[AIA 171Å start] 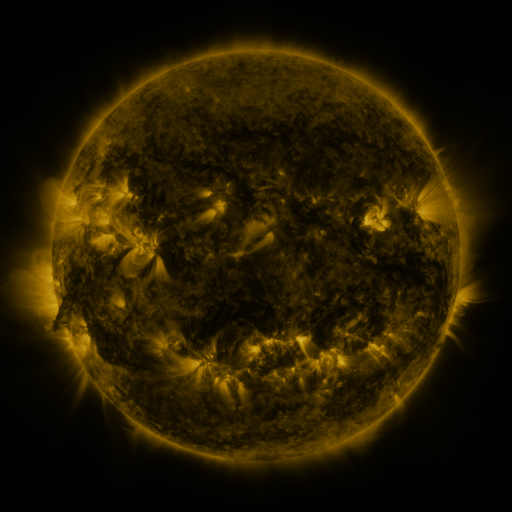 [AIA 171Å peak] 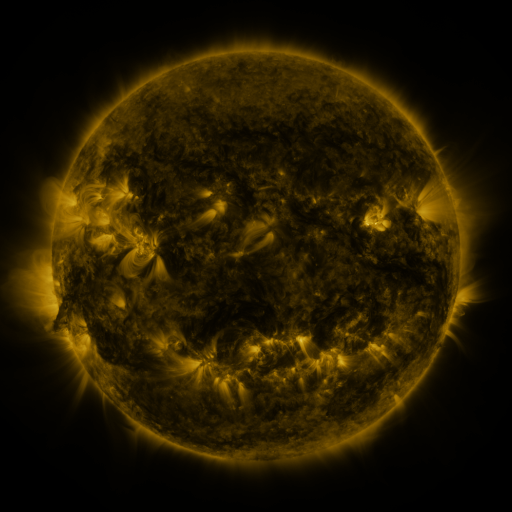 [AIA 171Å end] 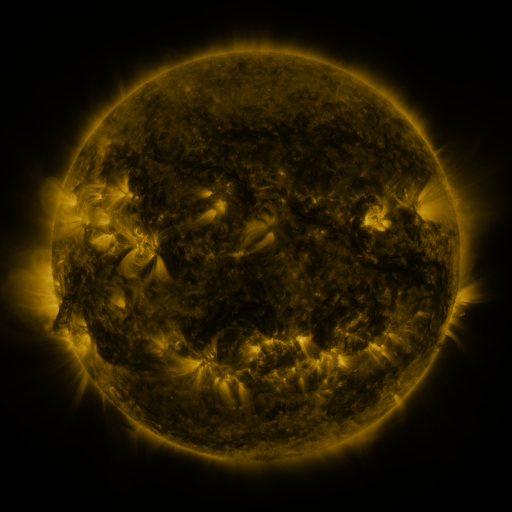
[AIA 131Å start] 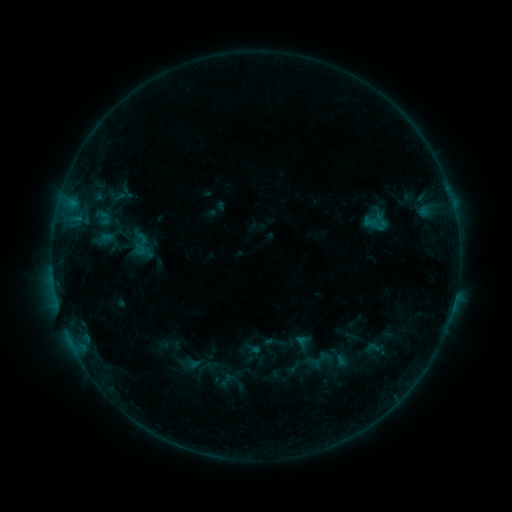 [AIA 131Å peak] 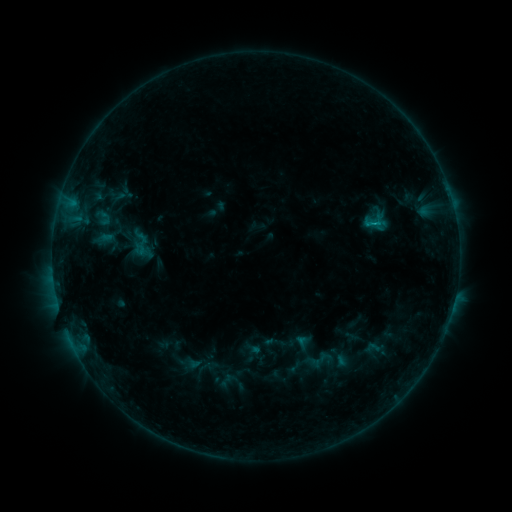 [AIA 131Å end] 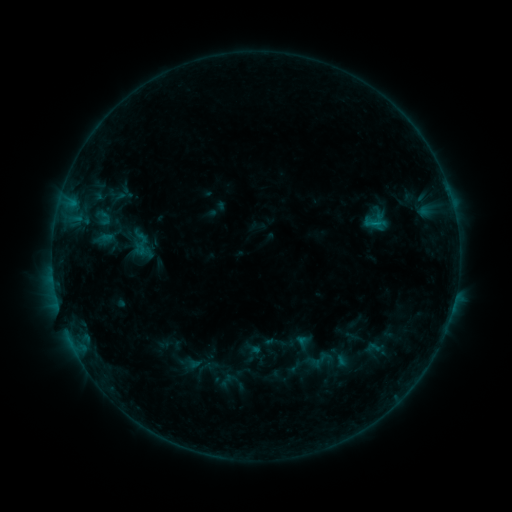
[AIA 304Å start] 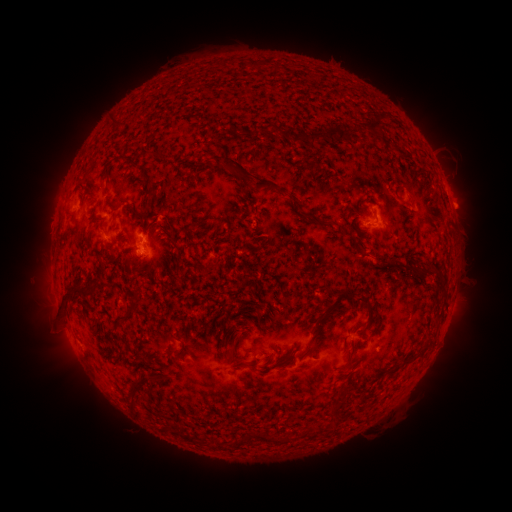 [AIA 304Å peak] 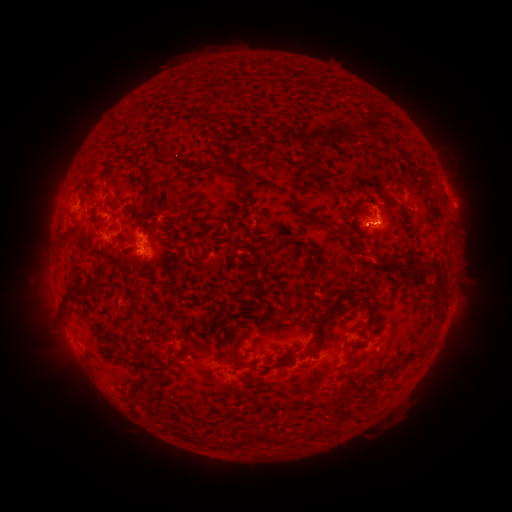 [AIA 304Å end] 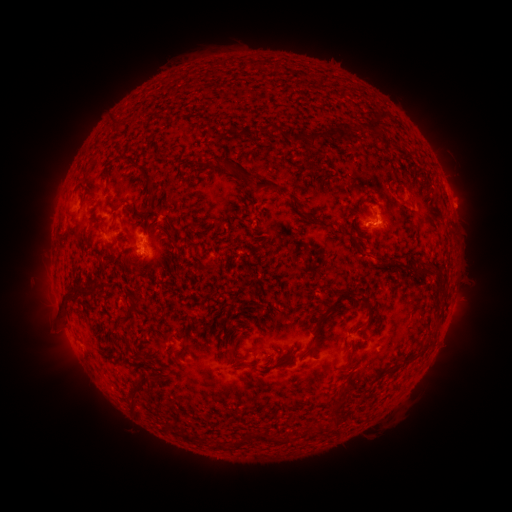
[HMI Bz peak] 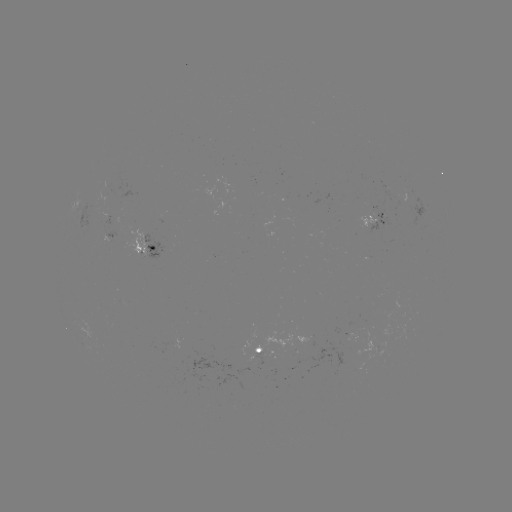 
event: flare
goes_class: B5.4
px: (372, 226)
